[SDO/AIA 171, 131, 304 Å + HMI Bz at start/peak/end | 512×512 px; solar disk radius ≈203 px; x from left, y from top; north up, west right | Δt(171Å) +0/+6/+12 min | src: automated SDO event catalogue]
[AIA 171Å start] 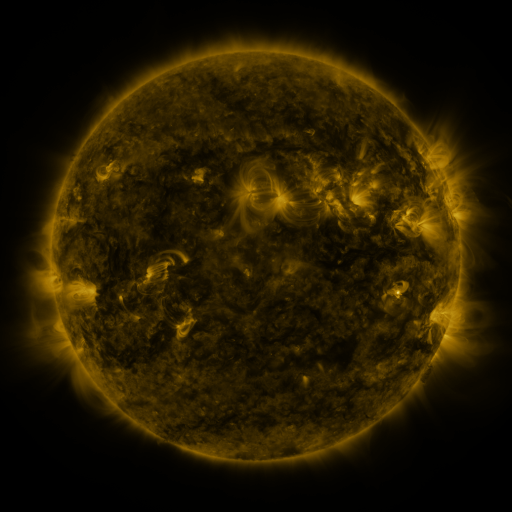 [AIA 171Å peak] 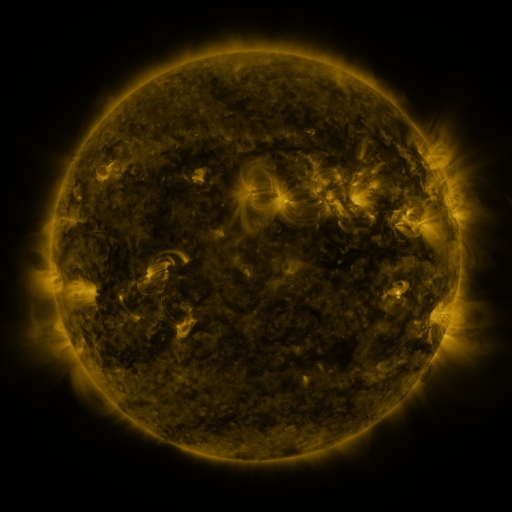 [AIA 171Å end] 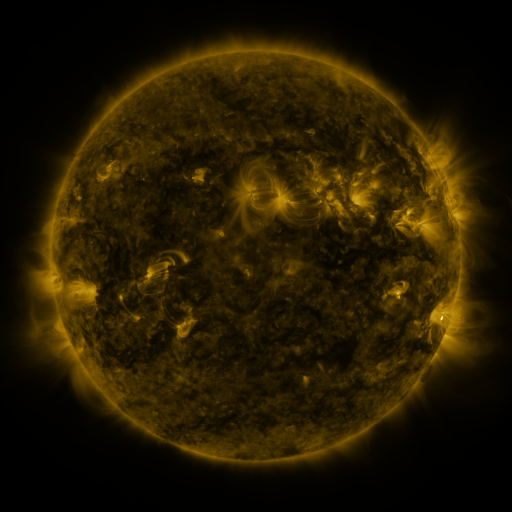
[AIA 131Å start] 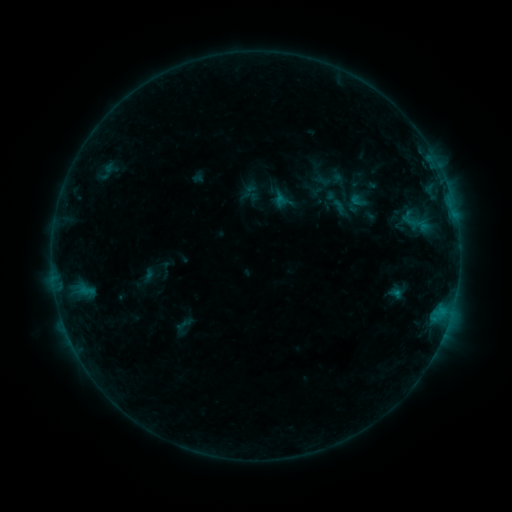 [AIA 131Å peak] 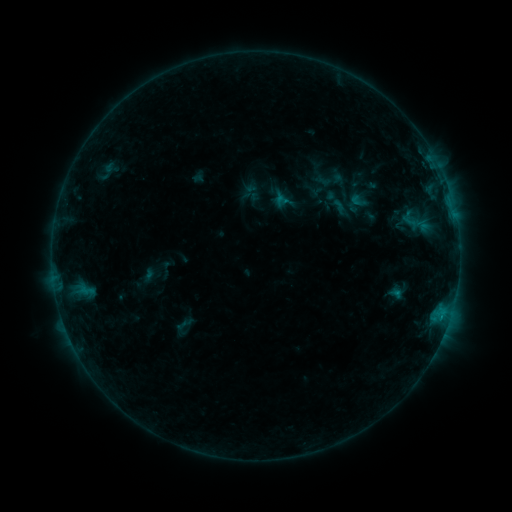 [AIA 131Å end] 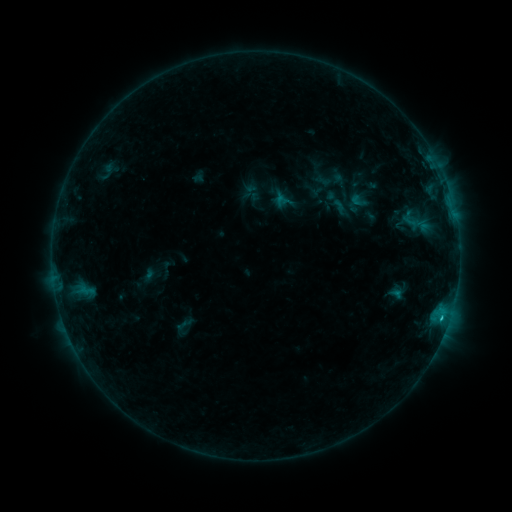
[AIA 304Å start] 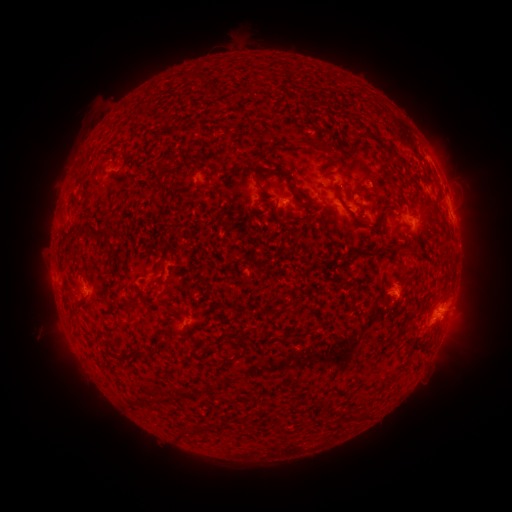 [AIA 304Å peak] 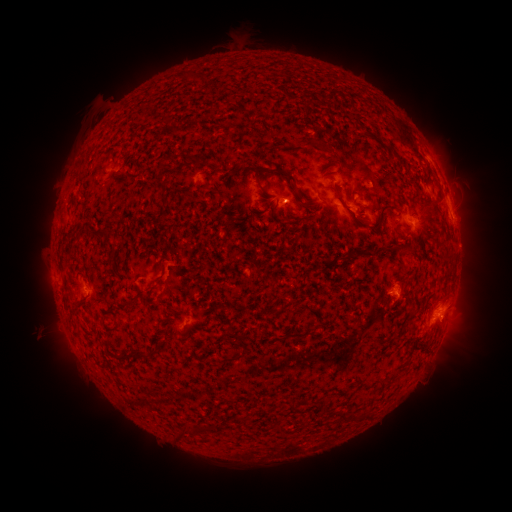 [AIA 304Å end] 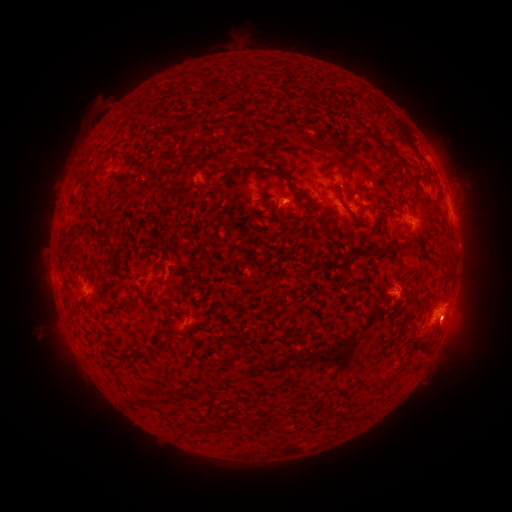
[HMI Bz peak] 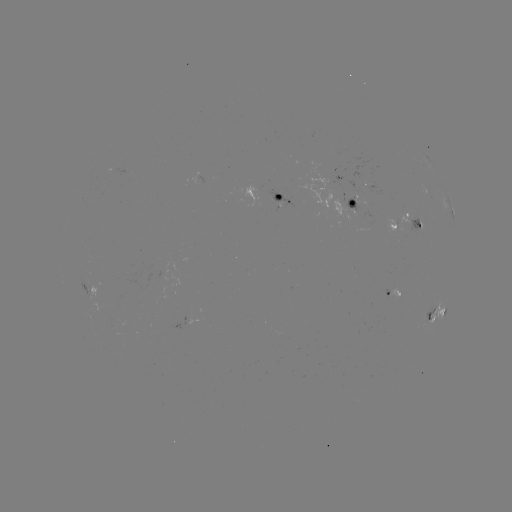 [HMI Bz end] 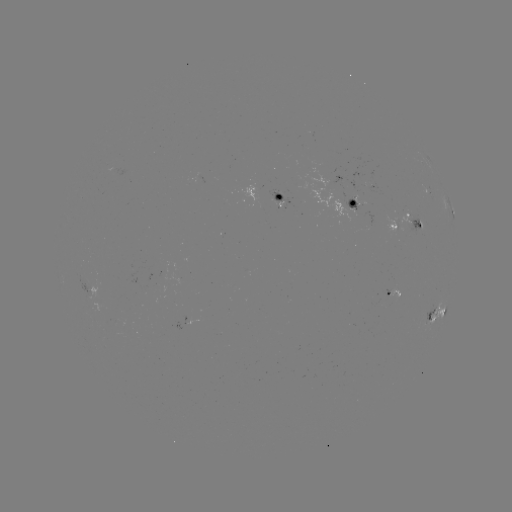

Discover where B8.8 flare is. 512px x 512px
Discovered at (441, 315).